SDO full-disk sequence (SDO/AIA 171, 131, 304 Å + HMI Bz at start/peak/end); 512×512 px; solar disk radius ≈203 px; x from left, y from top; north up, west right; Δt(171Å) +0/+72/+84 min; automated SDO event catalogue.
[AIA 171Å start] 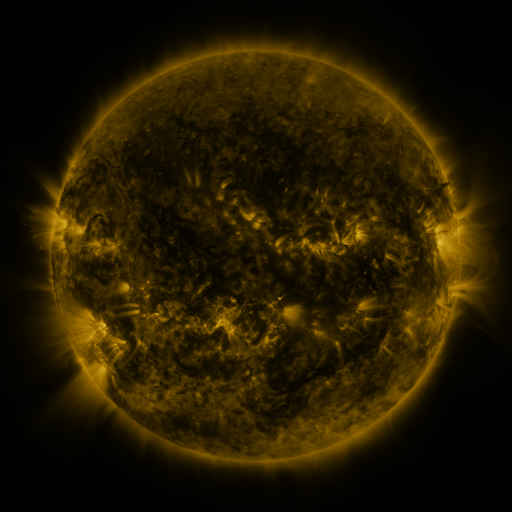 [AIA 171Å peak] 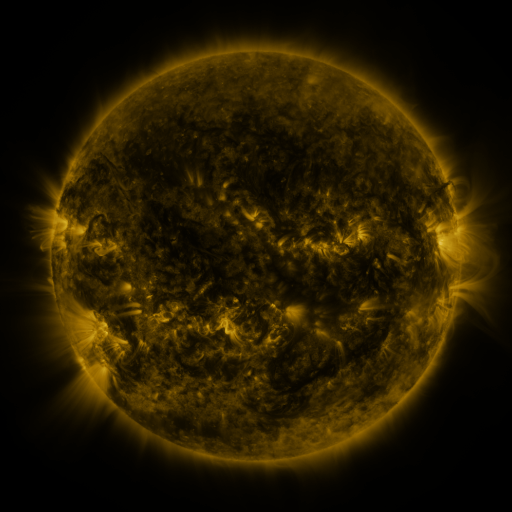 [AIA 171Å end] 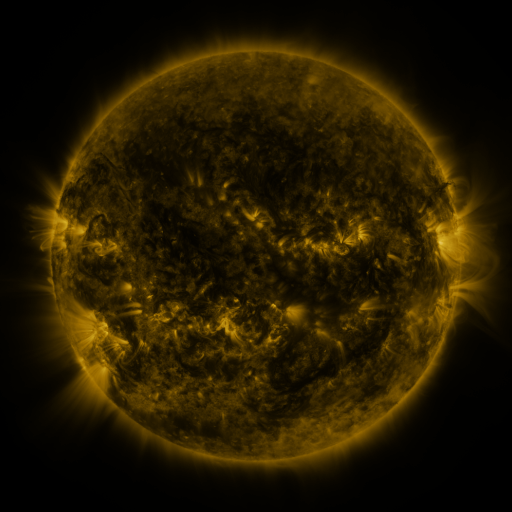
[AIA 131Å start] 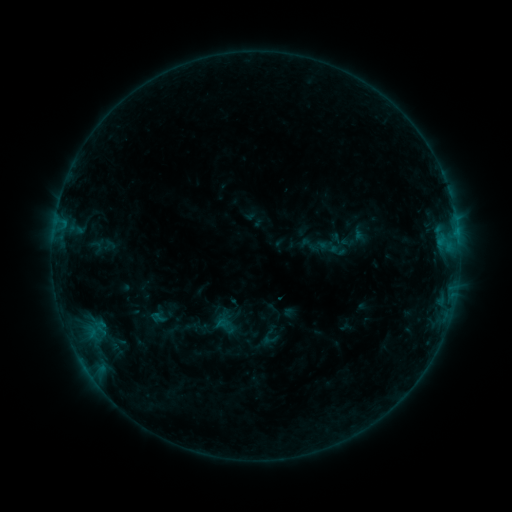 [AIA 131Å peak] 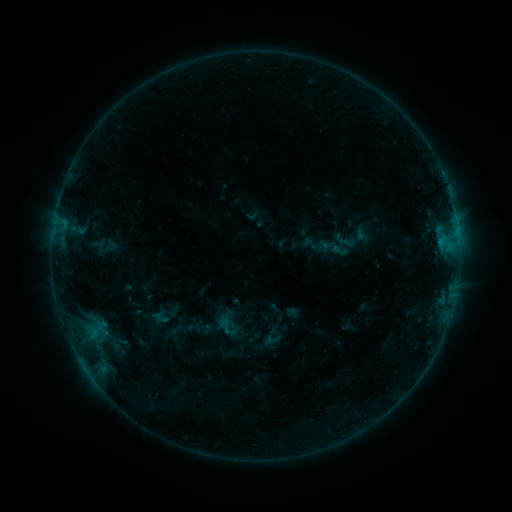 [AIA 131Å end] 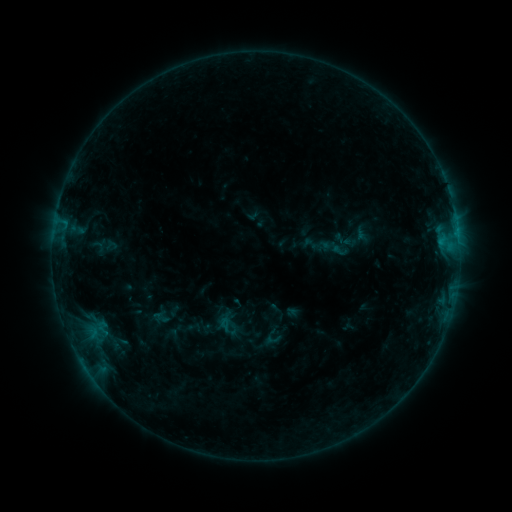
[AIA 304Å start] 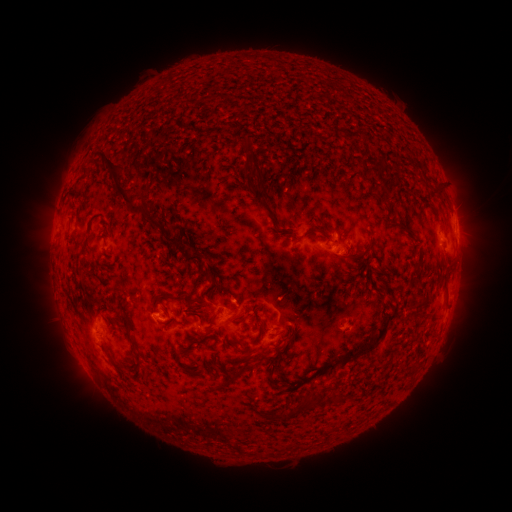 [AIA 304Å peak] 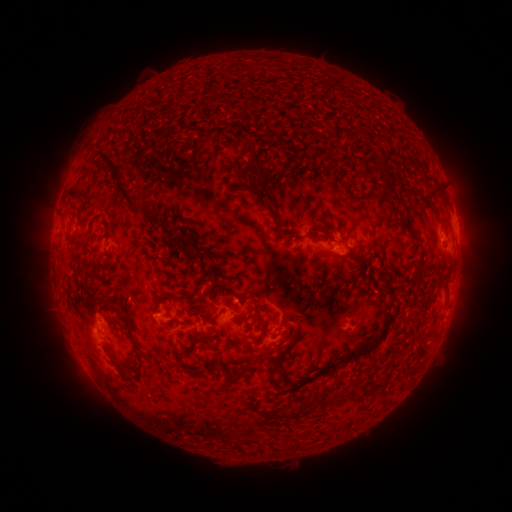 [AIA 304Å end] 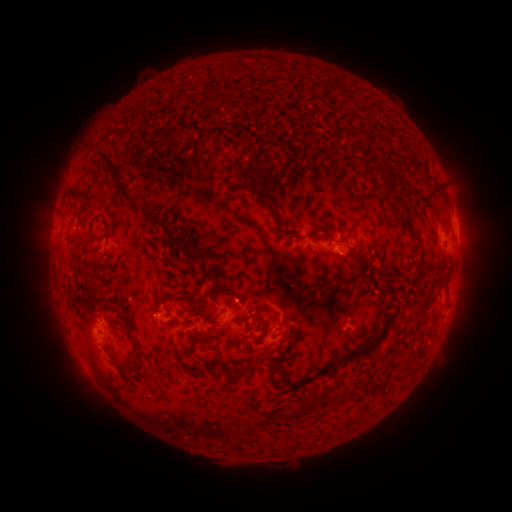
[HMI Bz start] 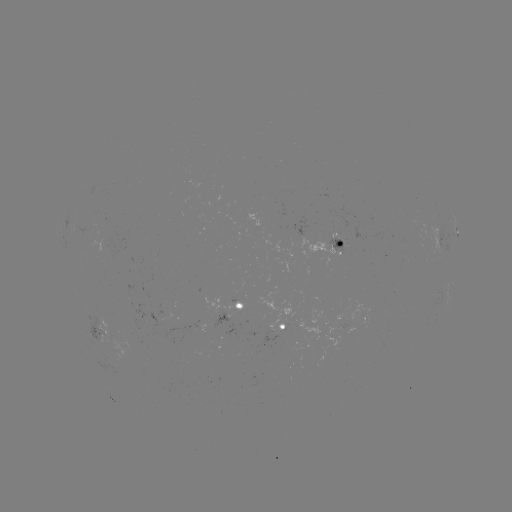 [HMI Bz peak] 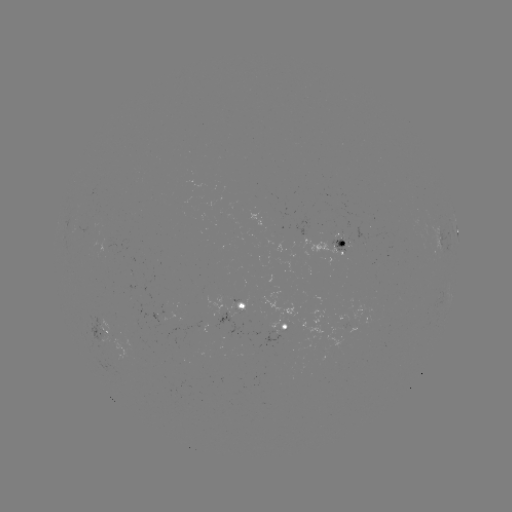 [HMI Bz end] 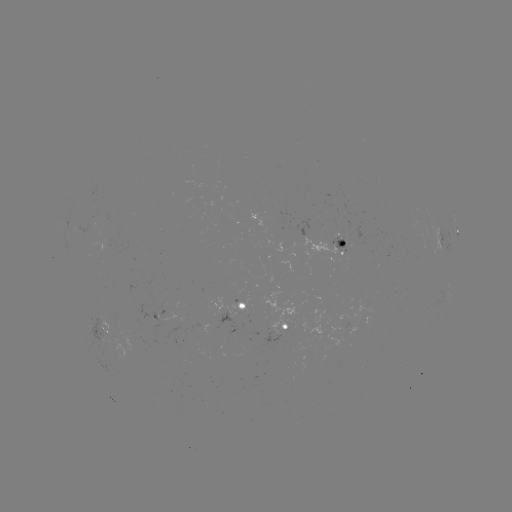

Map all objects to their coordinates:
emerging-flux region: (344, 243)
